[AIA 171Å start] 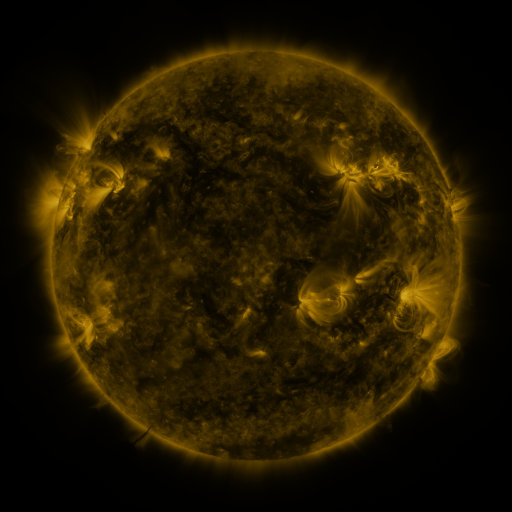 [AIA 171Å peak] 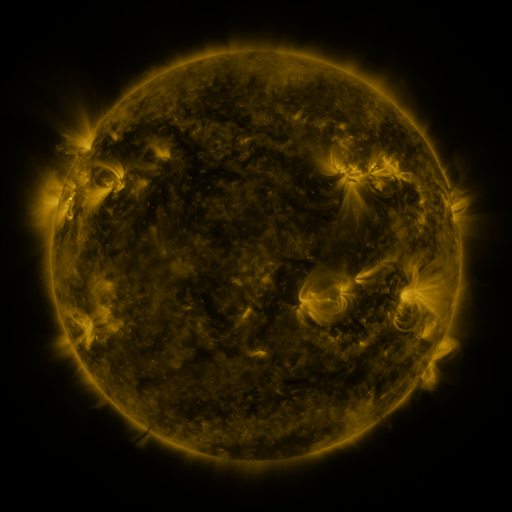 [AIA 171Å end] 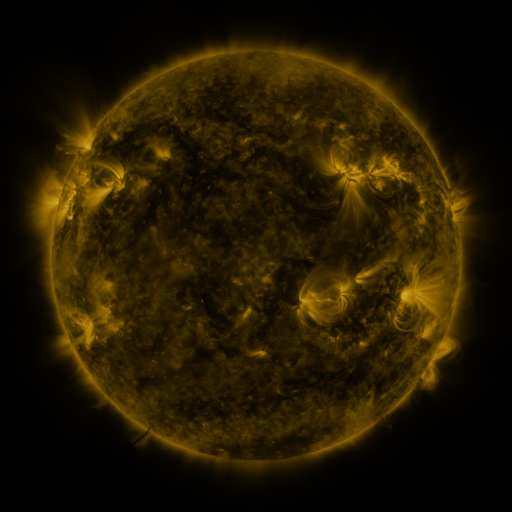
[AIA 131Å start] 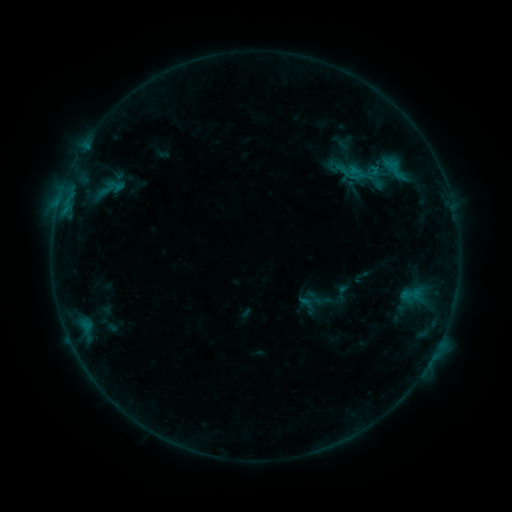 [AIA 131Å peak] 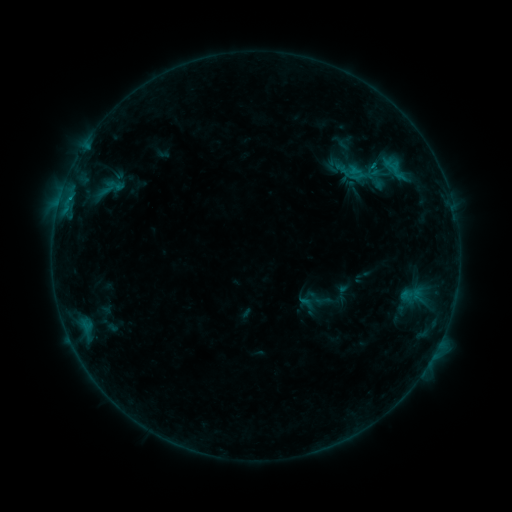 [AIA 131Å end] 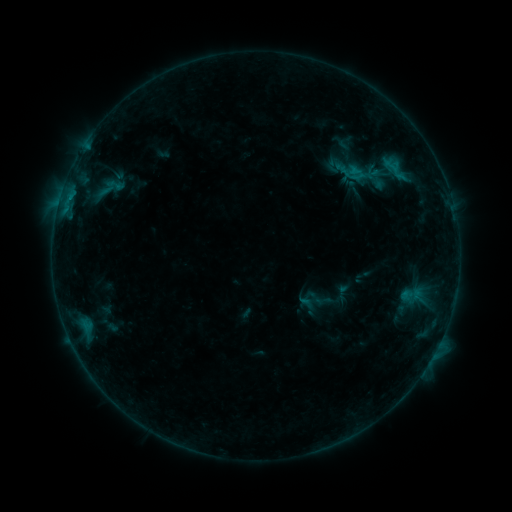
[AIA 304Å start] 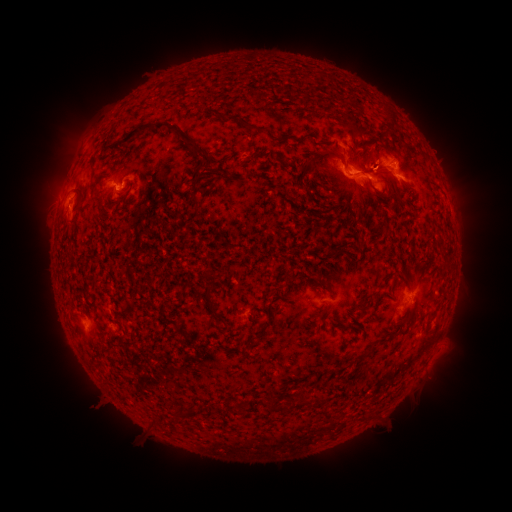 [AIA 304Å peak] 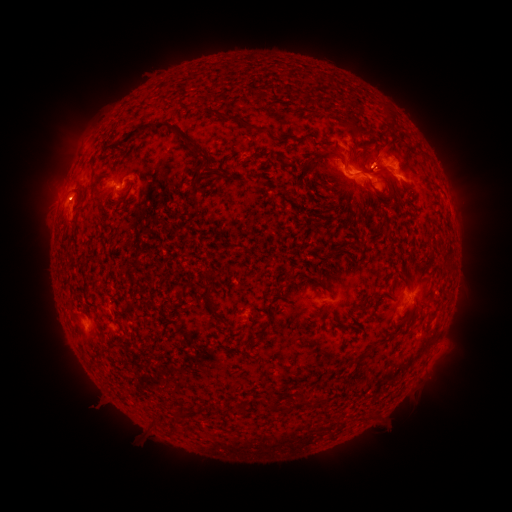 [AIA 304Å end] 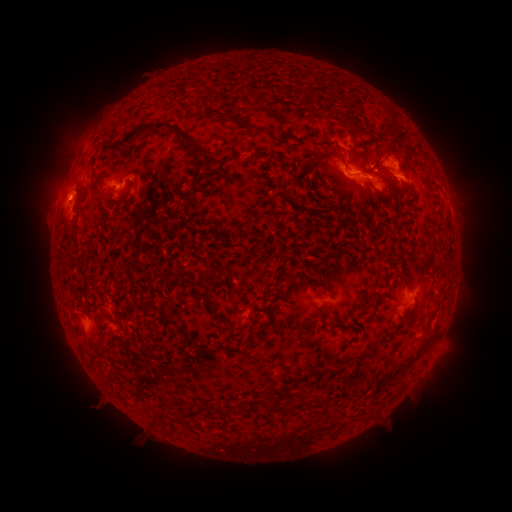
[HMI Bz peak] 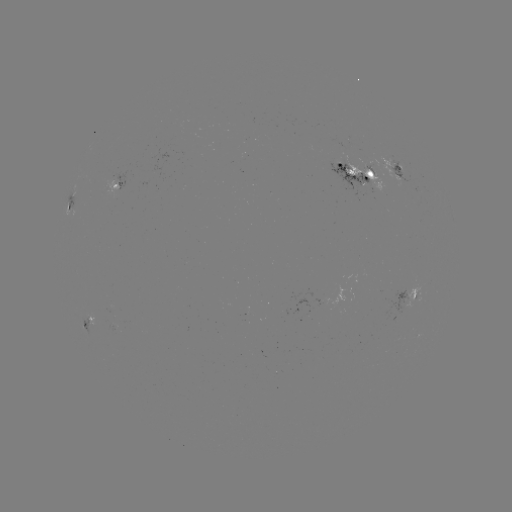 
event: flare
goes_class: B8.8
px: (69, 199)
